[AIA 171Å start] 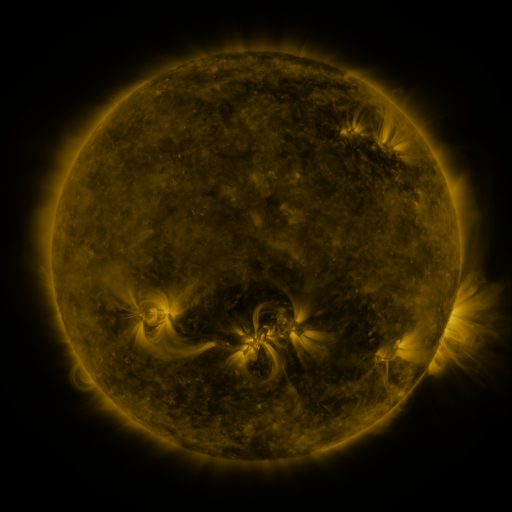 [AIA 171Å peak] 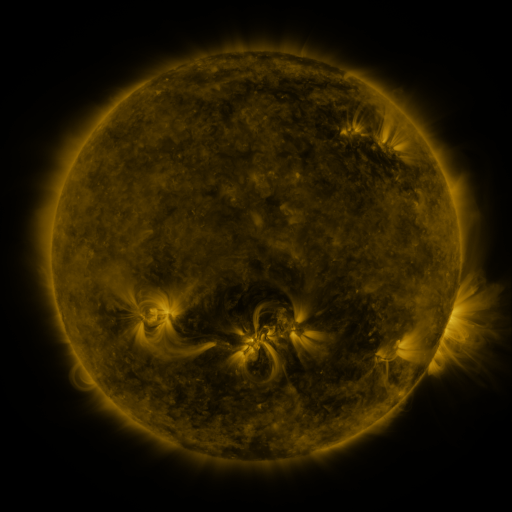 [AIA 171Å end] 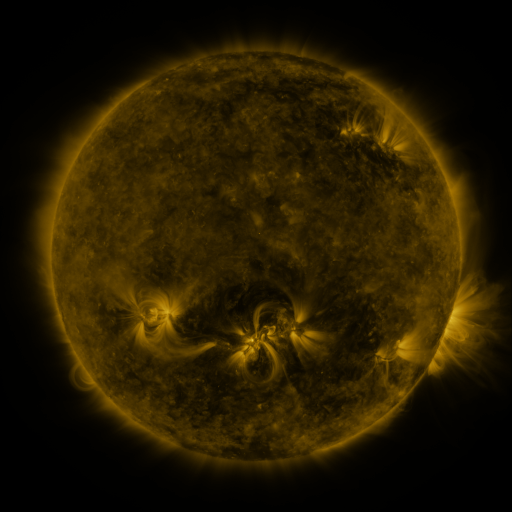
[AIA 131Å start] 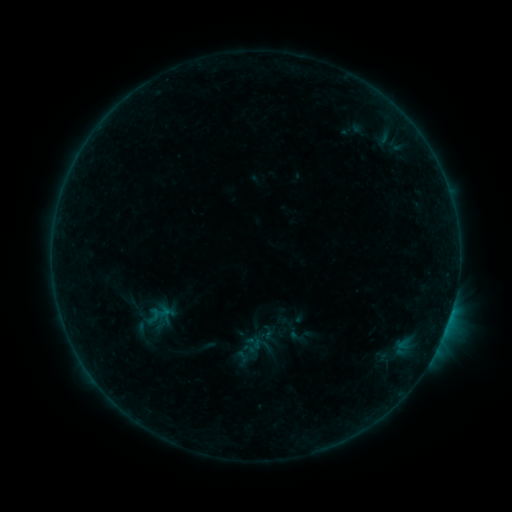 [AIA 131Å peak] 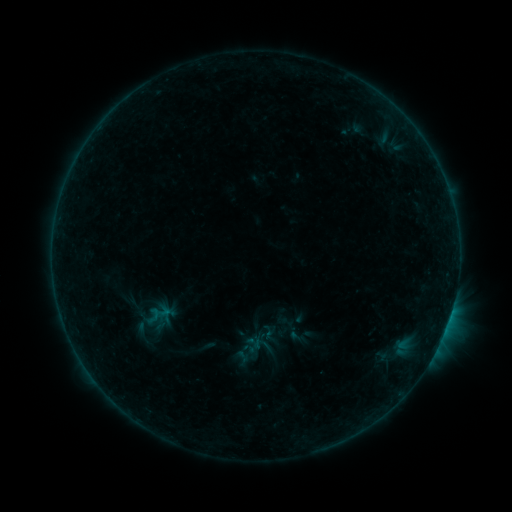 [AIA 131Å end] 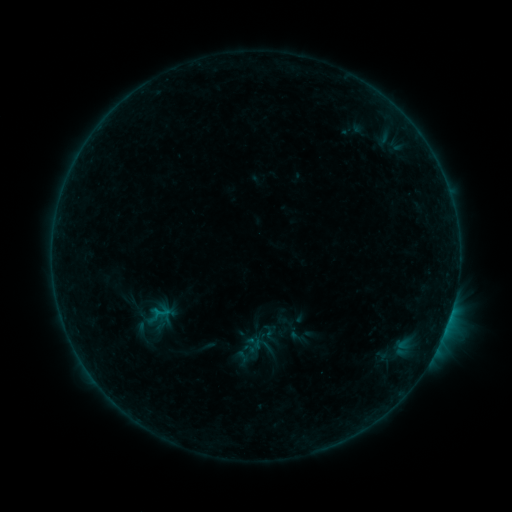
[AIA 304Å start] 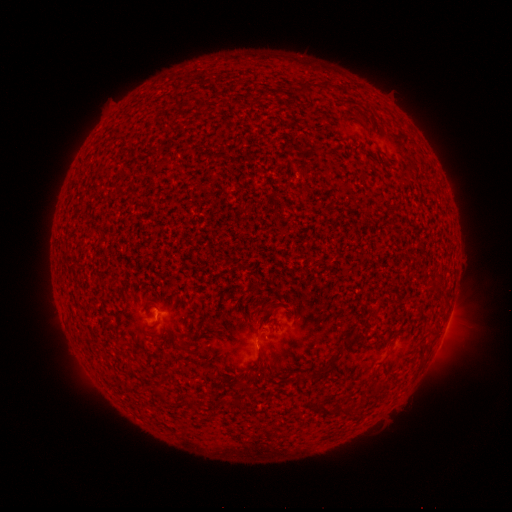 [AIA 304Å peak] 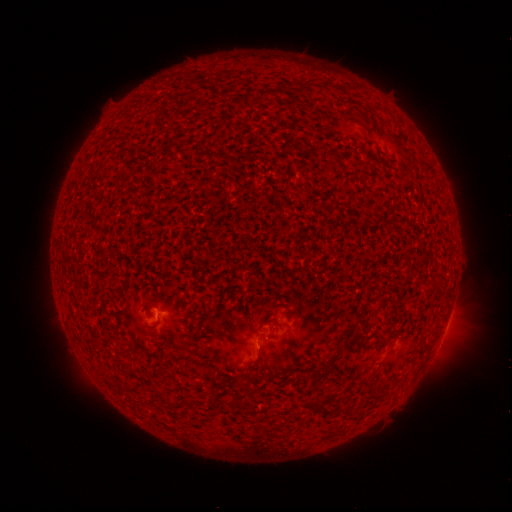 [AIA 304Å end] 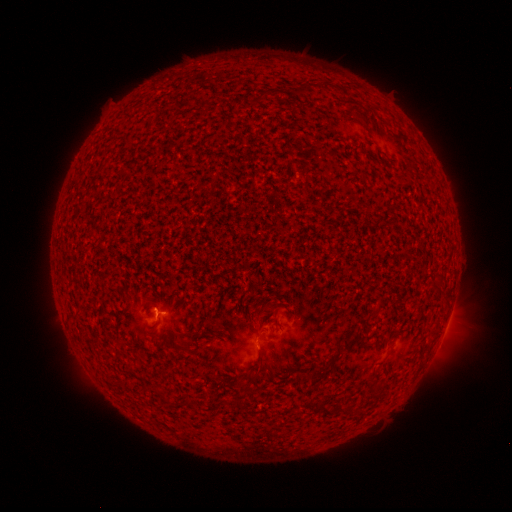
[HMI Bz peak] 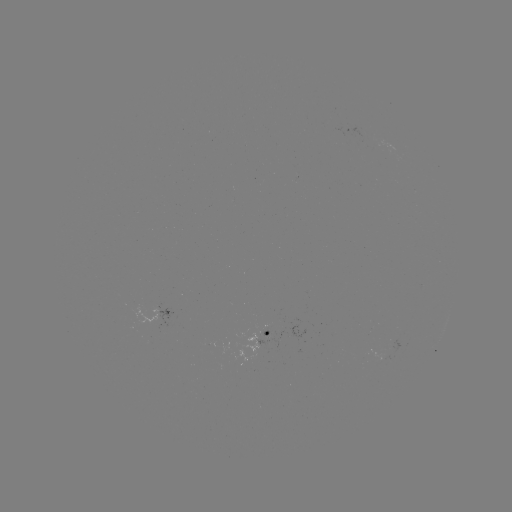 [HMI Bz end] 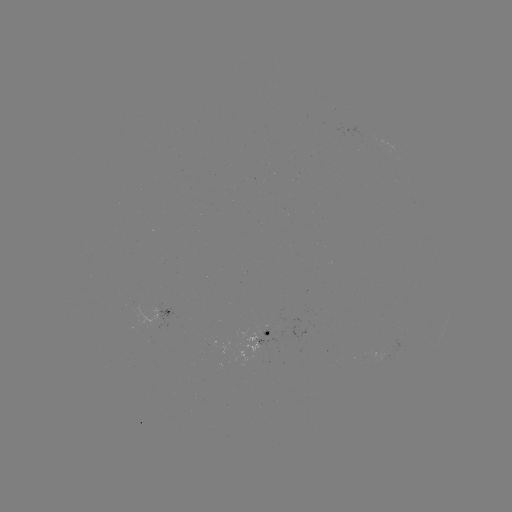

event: flare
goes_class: B3.6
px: (160, 312)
